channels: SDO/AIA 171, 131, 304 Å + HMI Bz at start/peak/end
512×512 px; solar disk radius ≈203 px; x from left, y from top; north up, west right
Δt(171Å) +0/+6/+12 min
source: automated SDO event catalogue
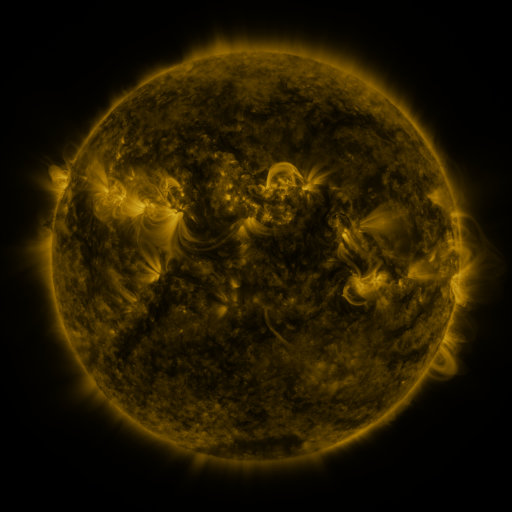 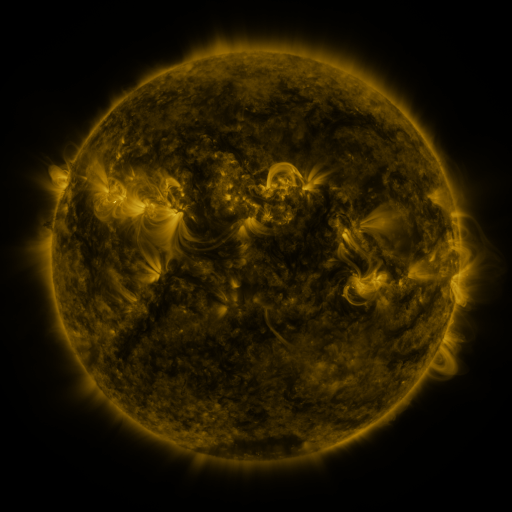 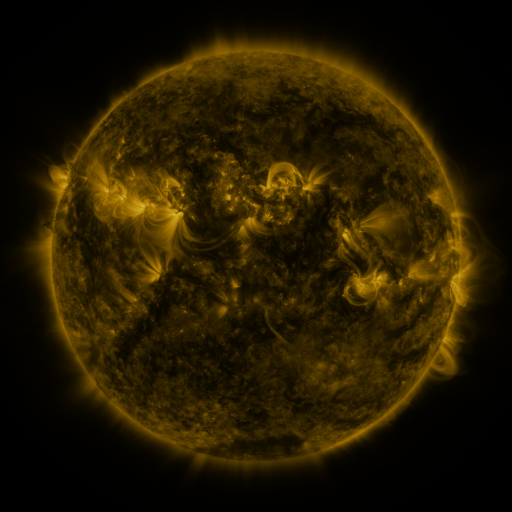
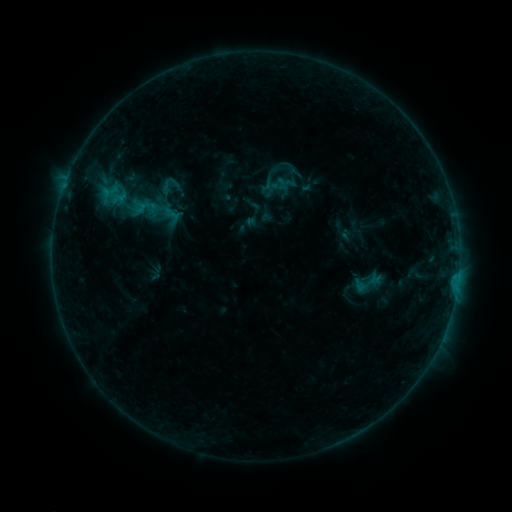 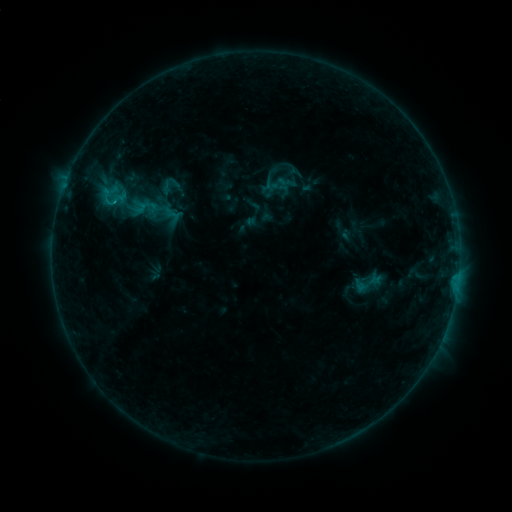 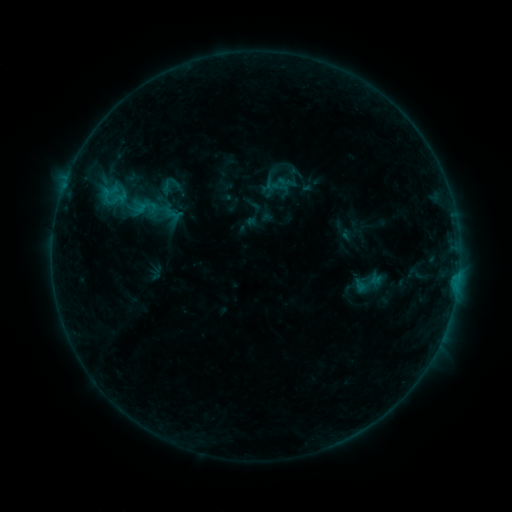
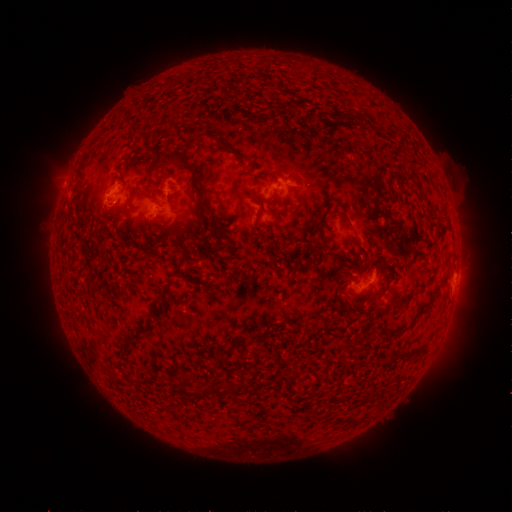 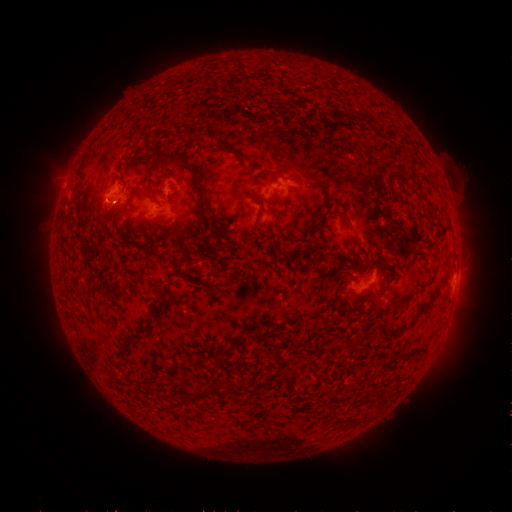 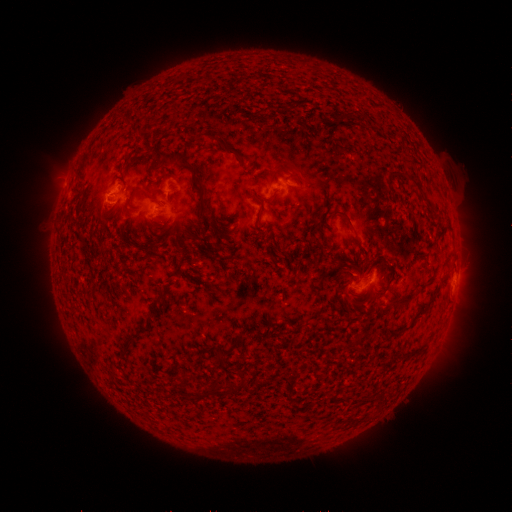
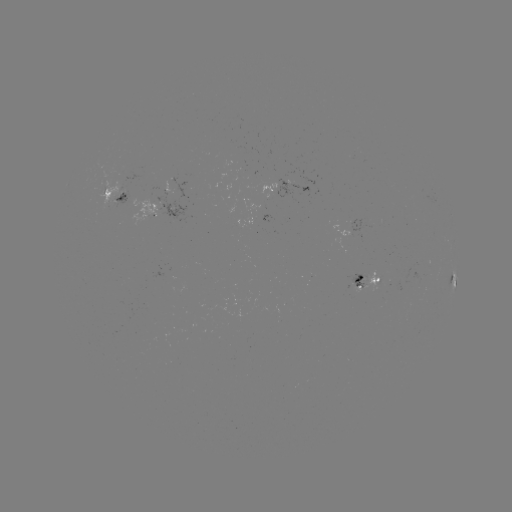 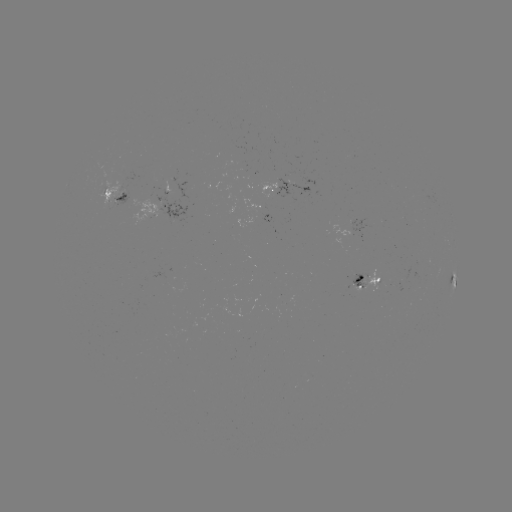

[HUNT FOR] B5.7 flare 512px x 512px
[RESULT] [116, 204]